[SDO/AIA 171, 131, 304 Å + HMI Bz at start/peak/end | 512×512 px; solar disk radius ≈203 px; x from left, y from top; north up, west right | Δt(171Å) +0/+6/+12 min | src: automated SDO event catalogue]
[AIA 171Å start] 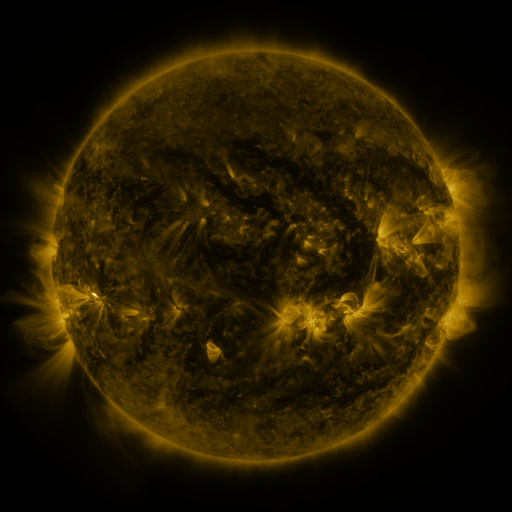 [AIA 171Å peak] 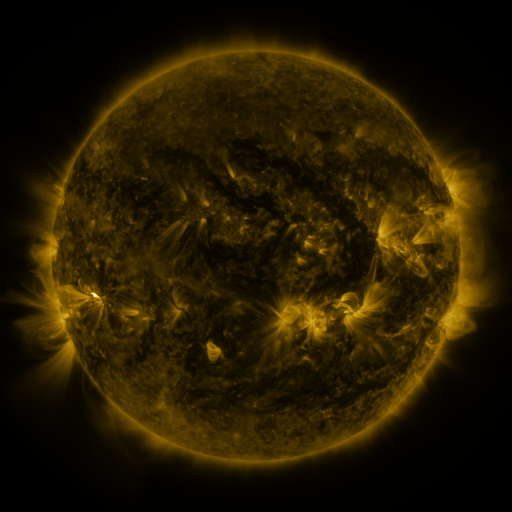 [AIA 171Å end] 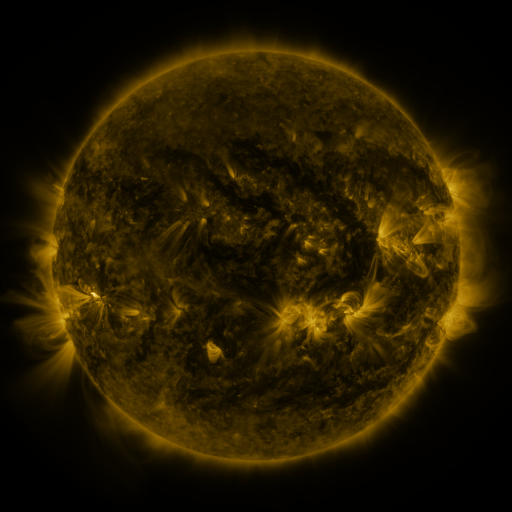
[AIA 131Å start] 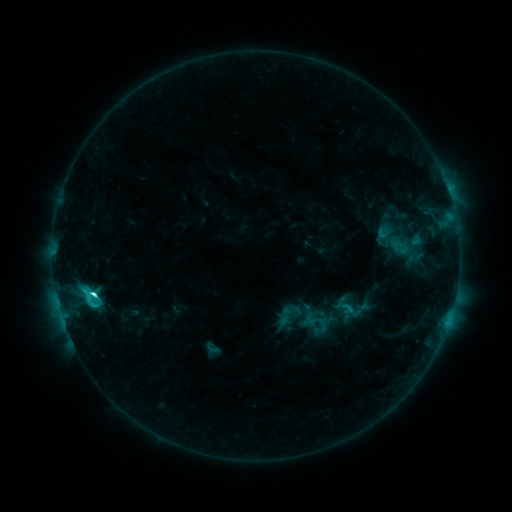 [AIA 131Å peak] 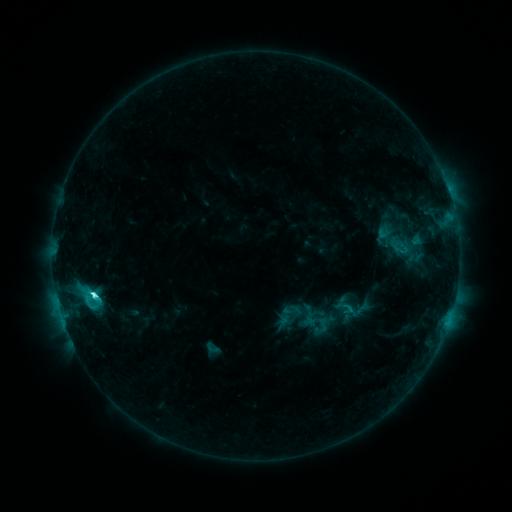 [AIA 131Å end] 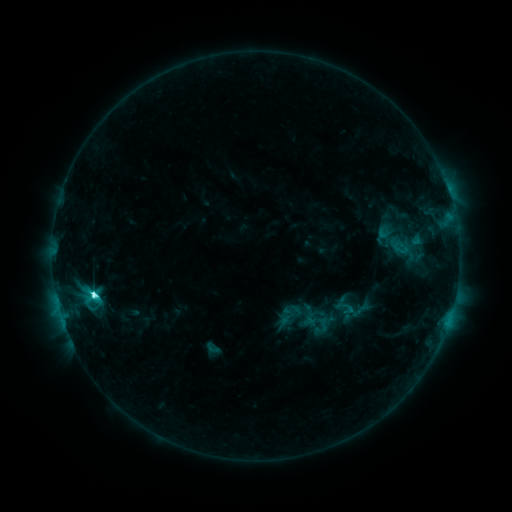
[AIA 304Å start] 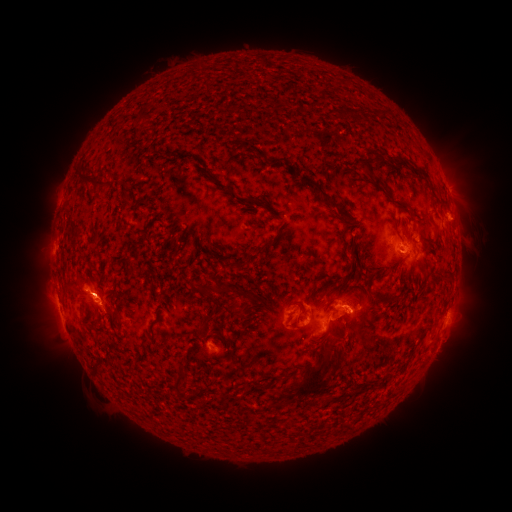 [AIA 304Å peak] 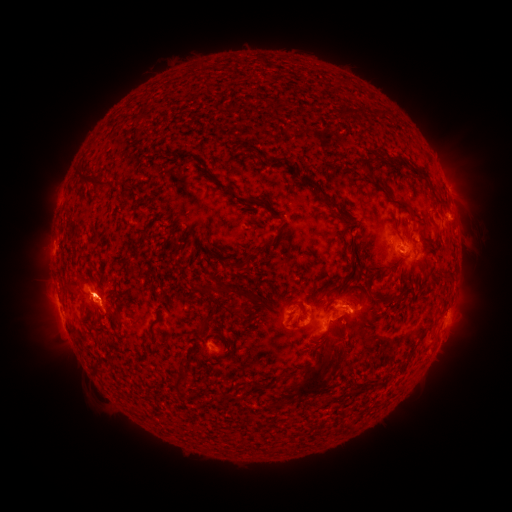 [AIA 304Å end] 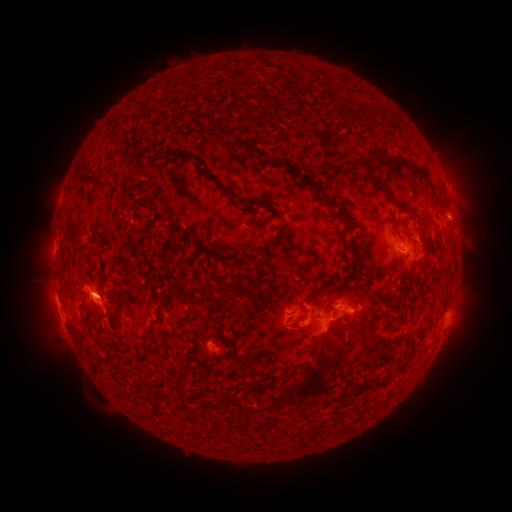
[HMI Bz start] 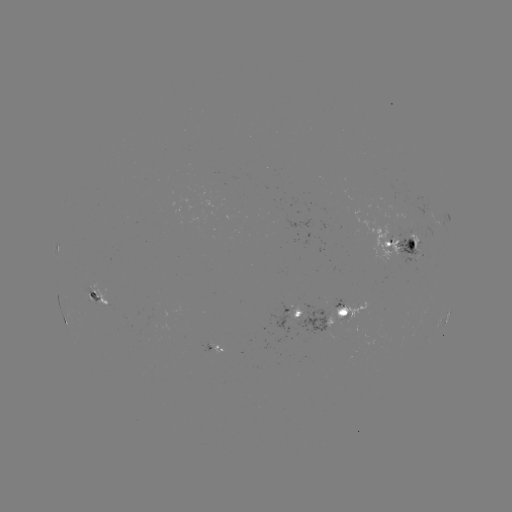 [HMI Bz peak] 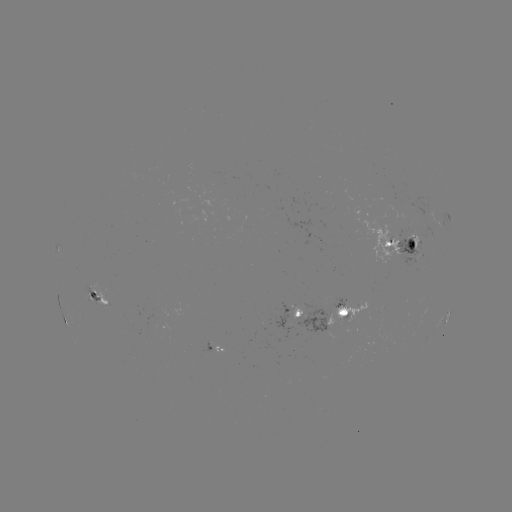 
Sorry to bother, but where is C6.5 flare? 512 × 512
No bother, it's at (92, 294).